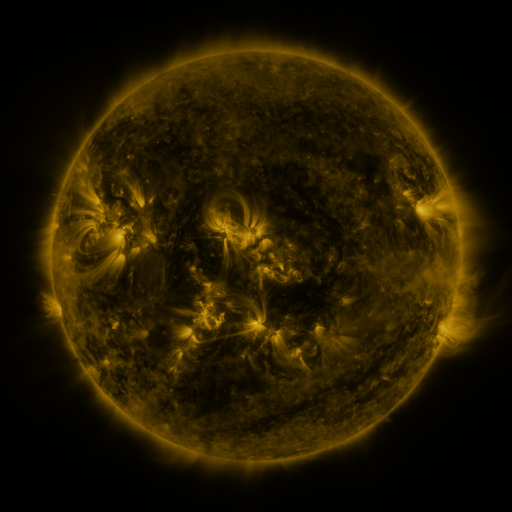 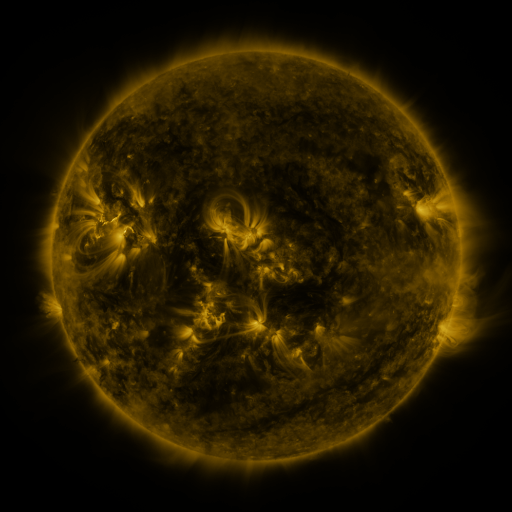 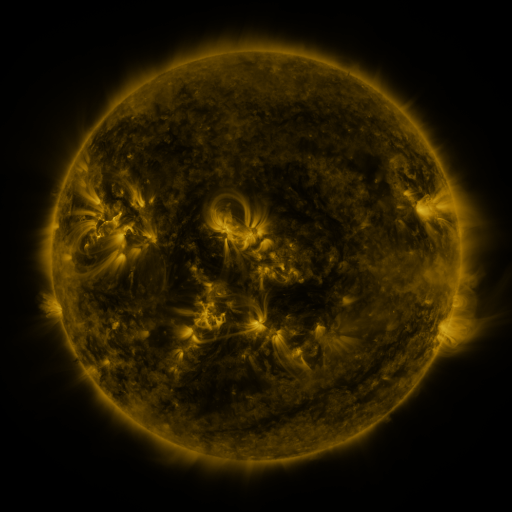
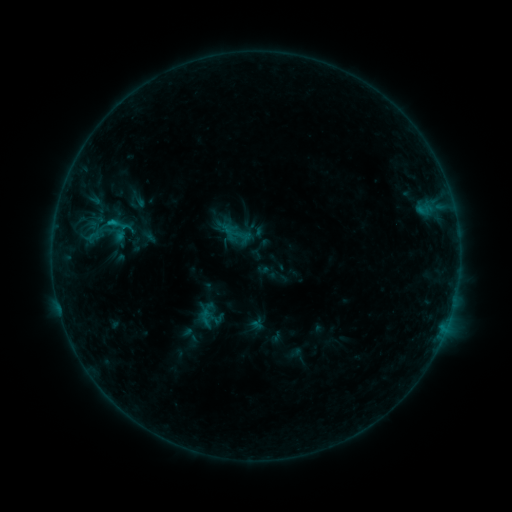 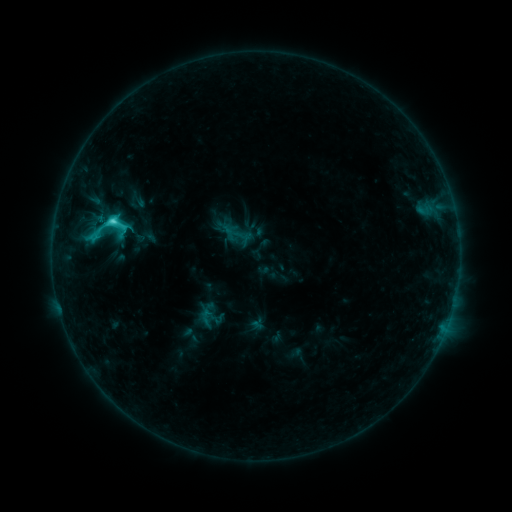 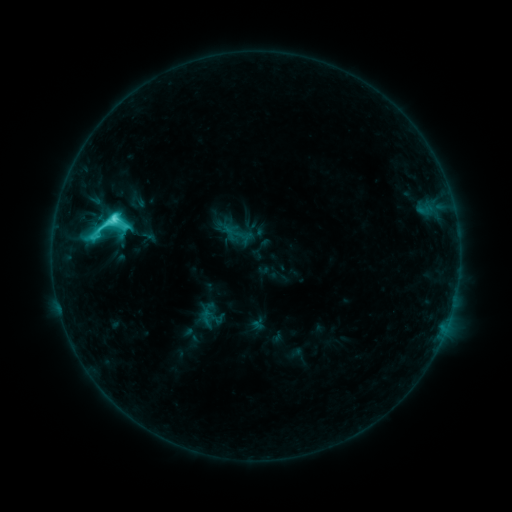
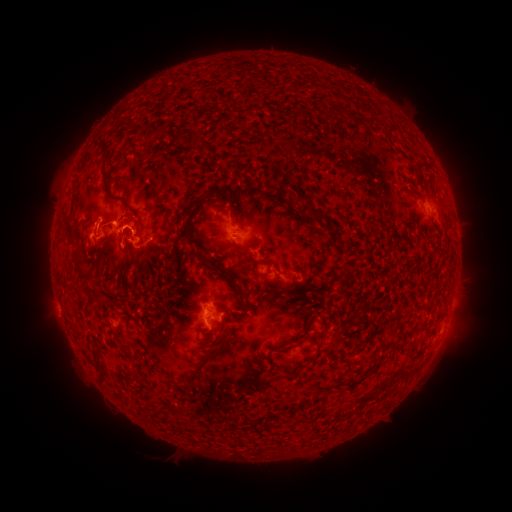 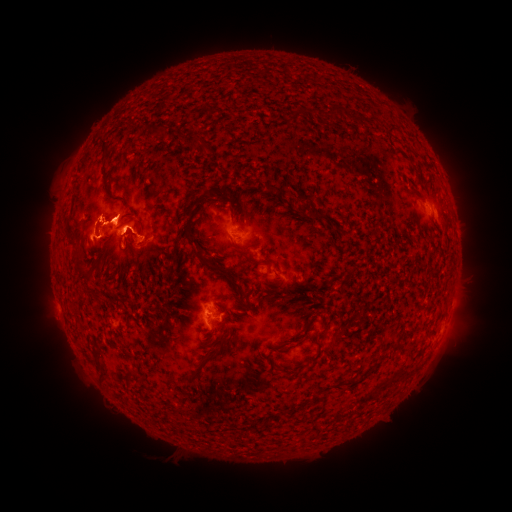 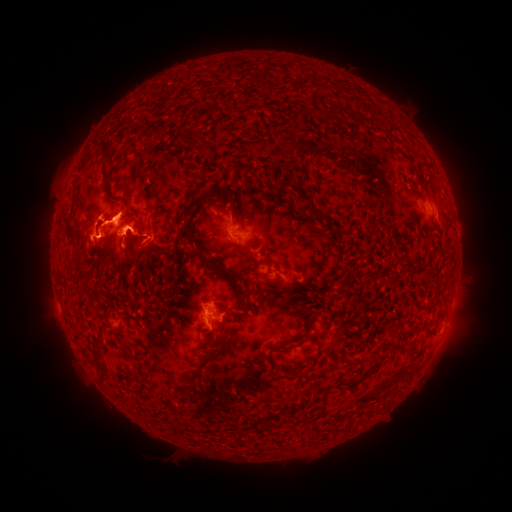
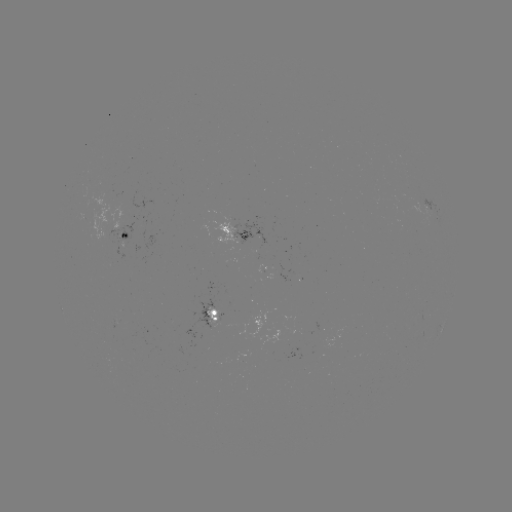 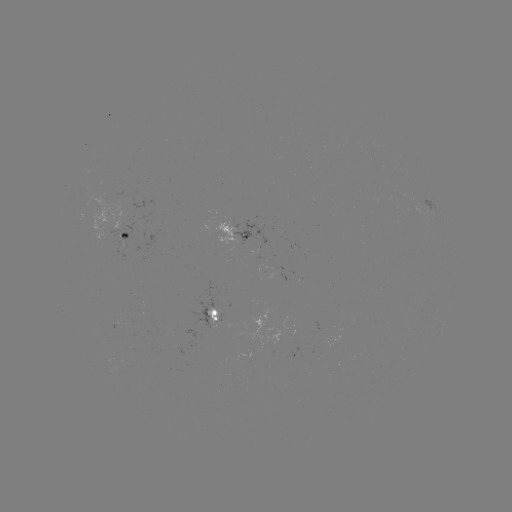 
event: eruption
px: (135, 231)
